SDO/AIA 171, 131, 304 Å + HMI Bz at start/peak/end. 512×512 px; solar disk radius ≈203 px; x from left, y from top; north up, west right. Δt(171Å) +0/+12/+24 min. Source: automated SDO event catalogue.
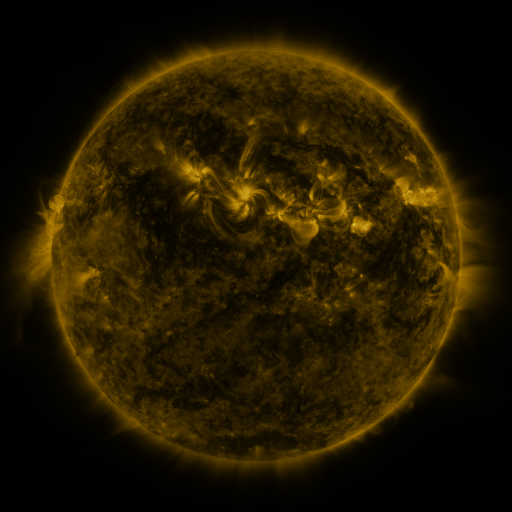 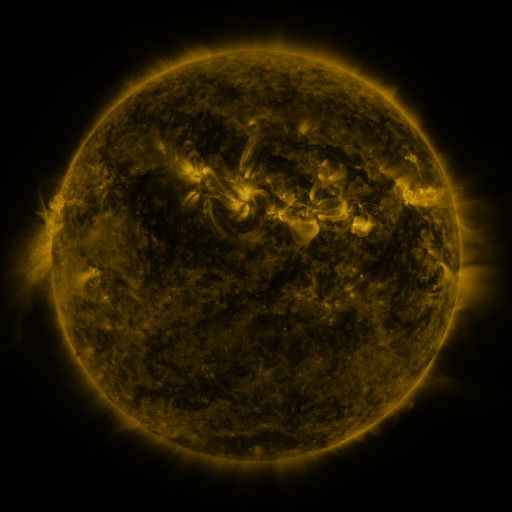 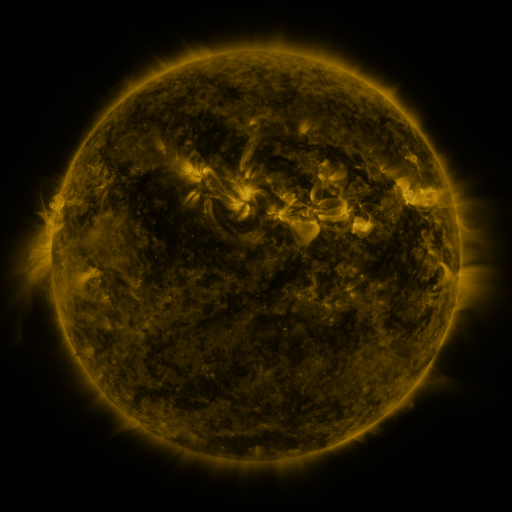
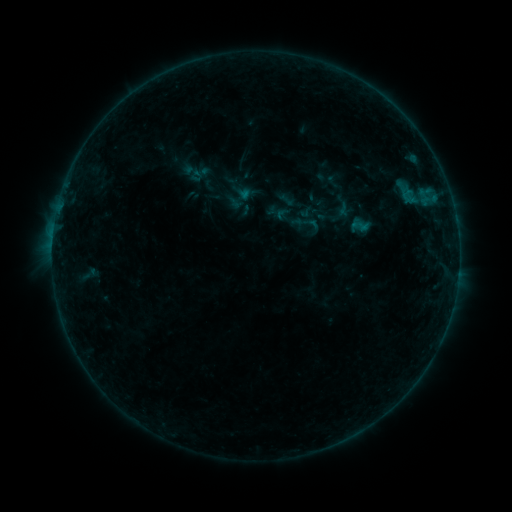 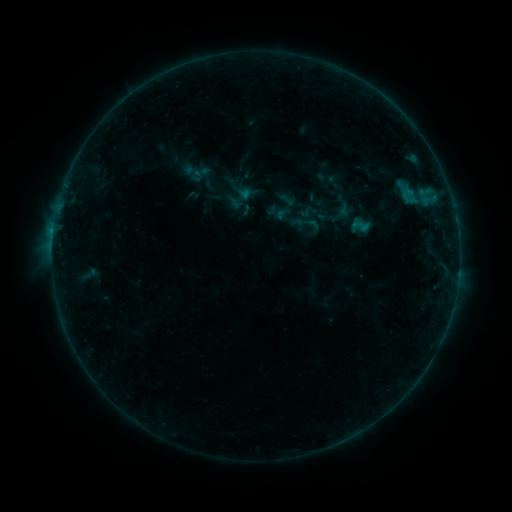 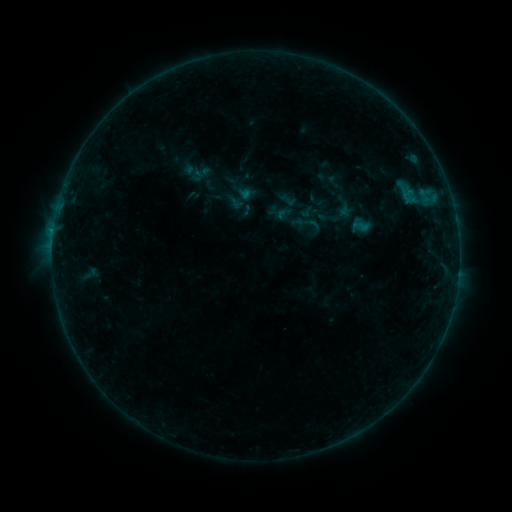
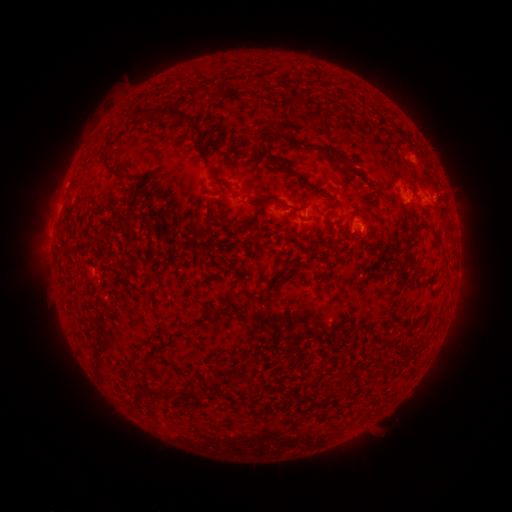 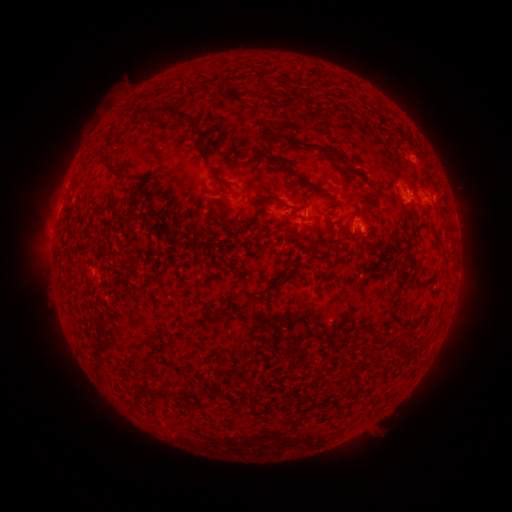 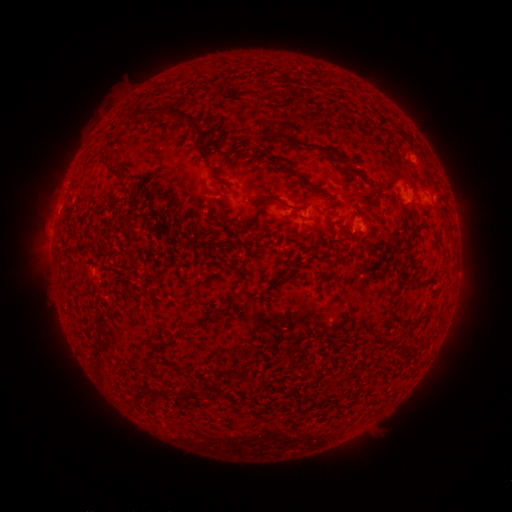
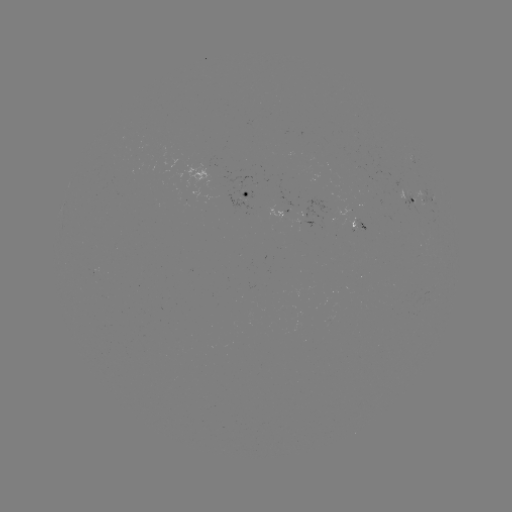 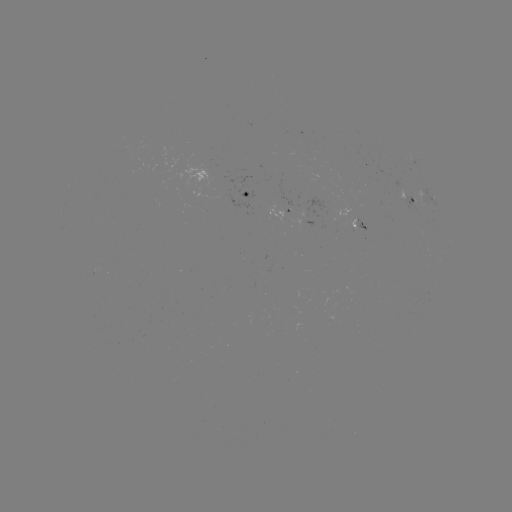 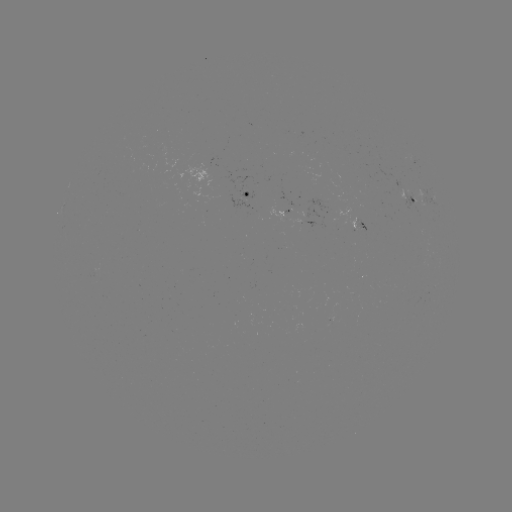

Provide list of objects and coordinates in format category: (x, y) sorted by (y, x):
B3.2 flare: (52, 252)
